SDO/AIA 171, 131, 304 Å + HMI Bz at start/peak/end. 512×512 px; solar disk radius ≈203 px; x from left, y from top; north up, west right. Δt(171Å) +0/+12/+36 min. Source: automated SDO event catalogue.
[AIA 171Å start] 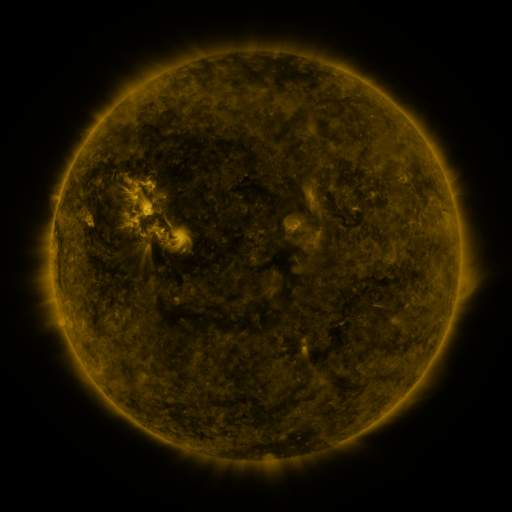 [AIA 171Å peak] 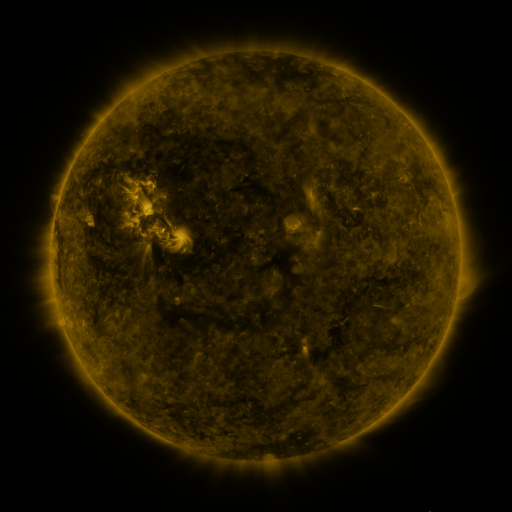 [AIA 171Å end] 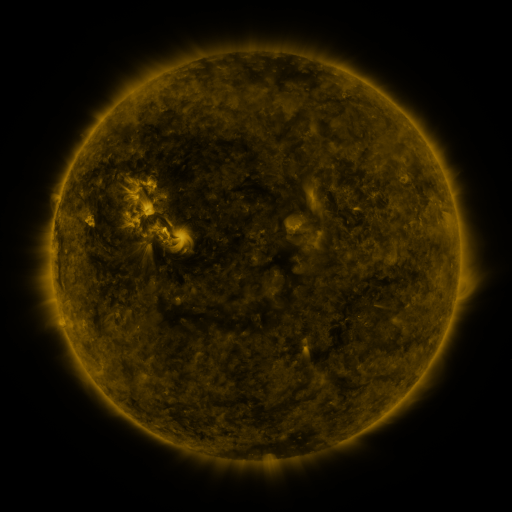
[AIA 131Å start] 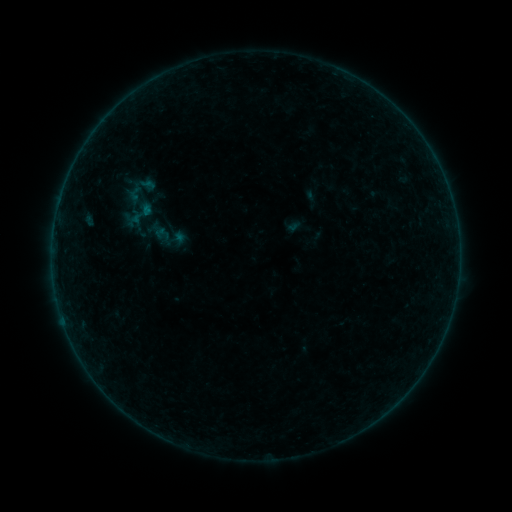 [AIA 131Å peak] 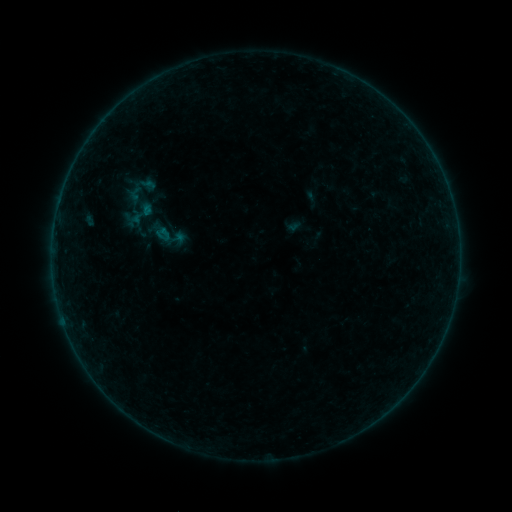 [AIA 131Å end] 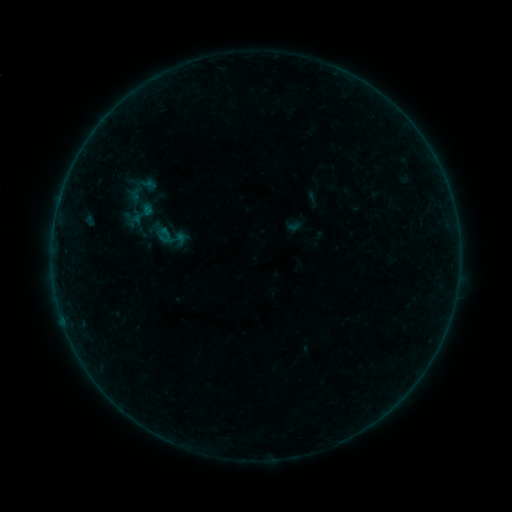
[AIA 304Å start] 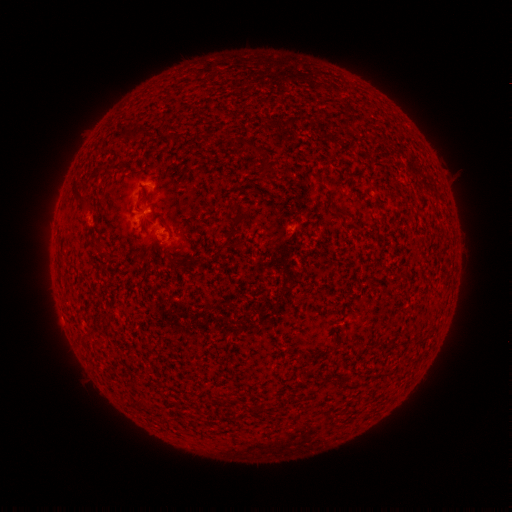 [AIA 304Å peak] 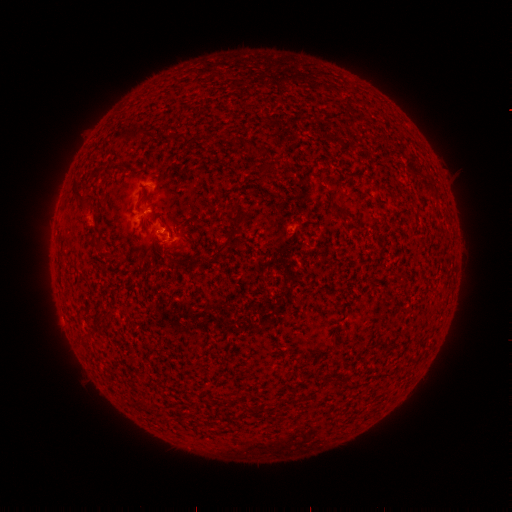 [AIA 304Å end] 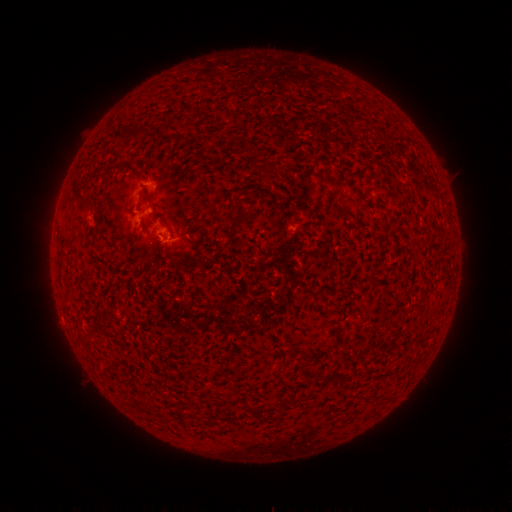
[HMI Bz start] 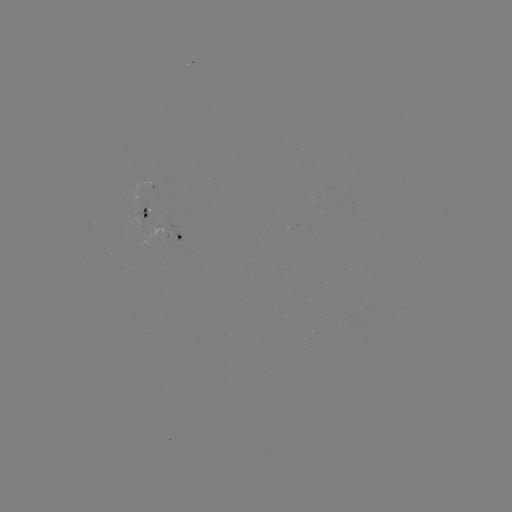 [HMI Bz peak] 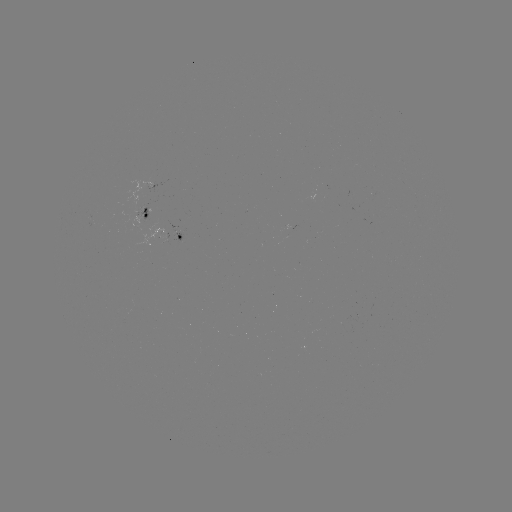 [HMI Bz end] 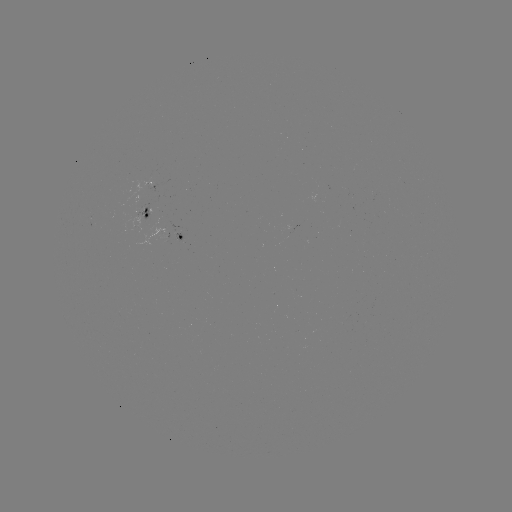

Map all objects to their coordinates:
B1.4 flare: (166, 233)
